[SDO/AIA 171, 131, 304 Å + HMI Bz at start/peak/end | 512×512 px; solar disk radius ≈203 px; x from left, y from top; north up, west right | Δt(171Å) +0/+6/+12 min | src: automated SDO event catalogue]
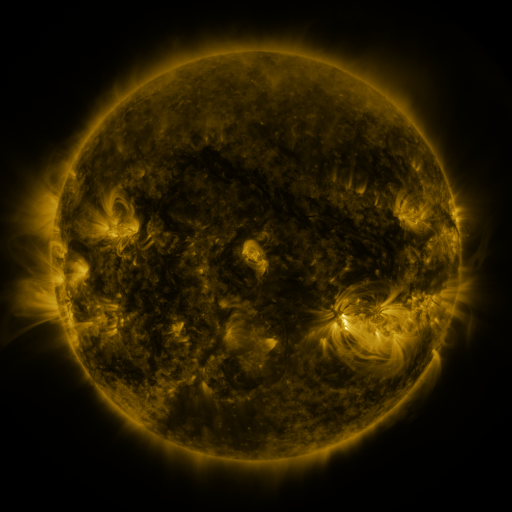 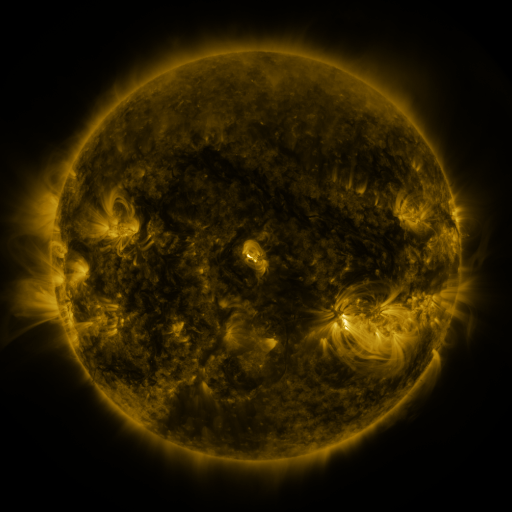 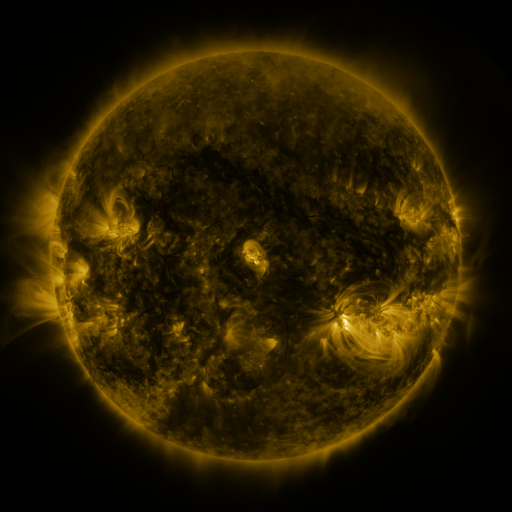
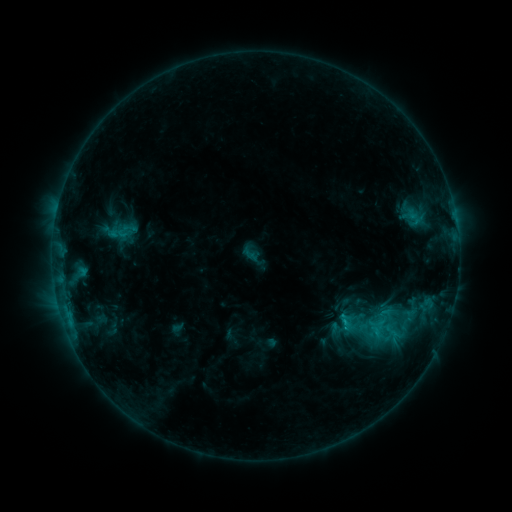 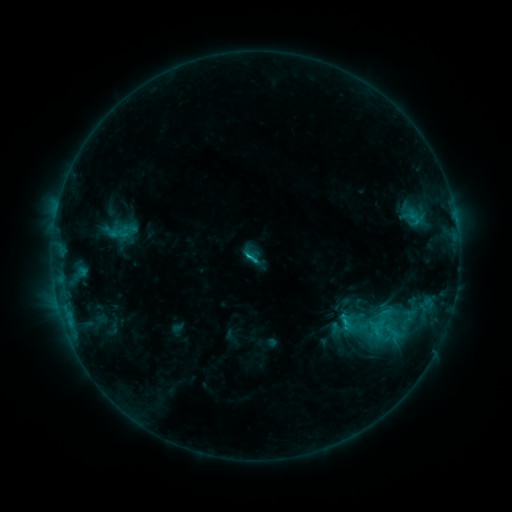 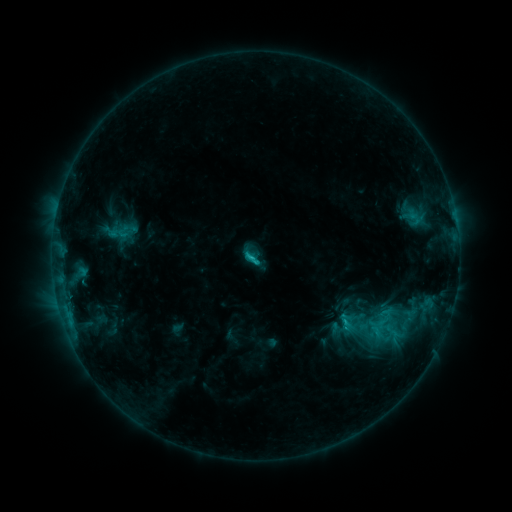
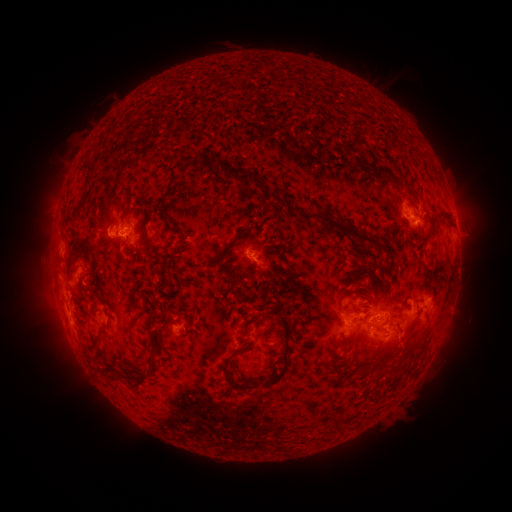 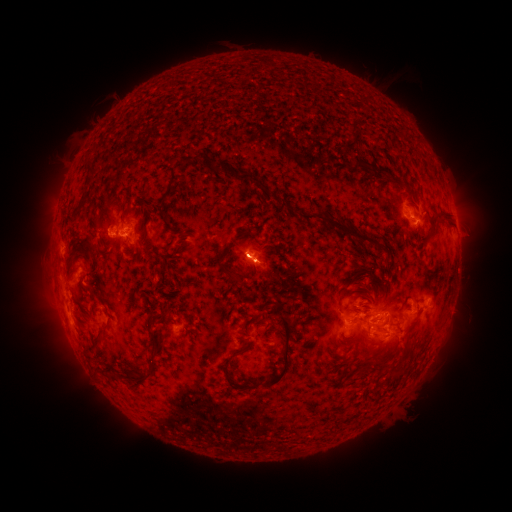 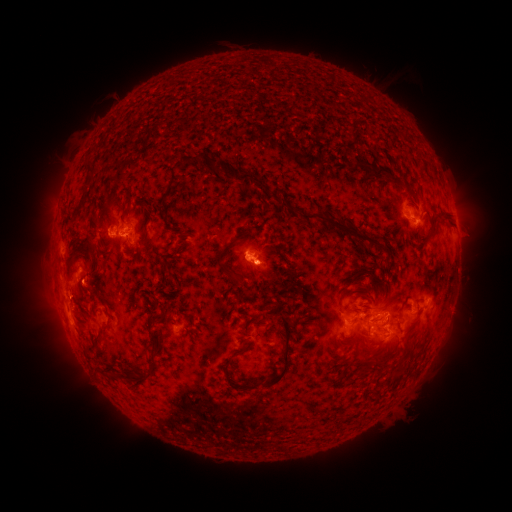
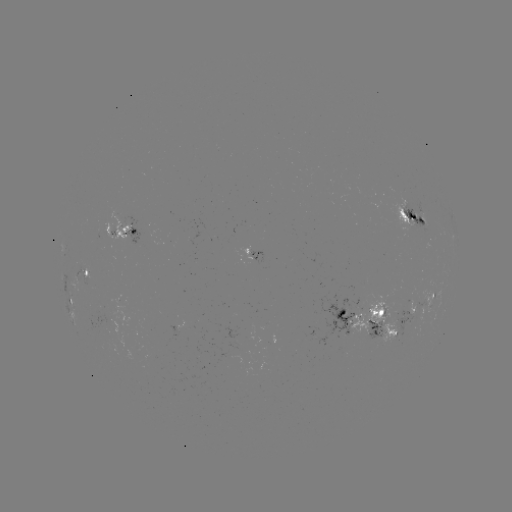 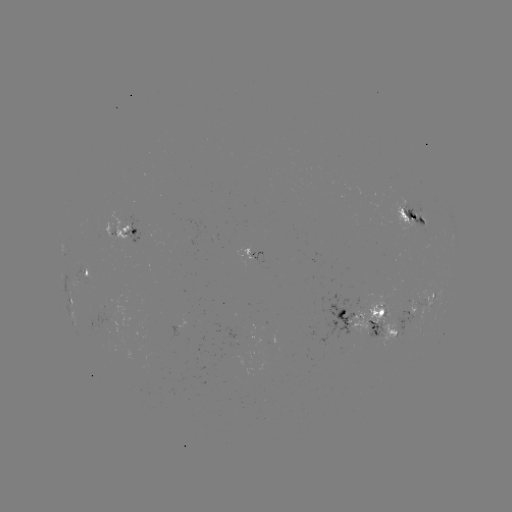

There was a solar flare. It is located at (256, 255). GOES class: C2.2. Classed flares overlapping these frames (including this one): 1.